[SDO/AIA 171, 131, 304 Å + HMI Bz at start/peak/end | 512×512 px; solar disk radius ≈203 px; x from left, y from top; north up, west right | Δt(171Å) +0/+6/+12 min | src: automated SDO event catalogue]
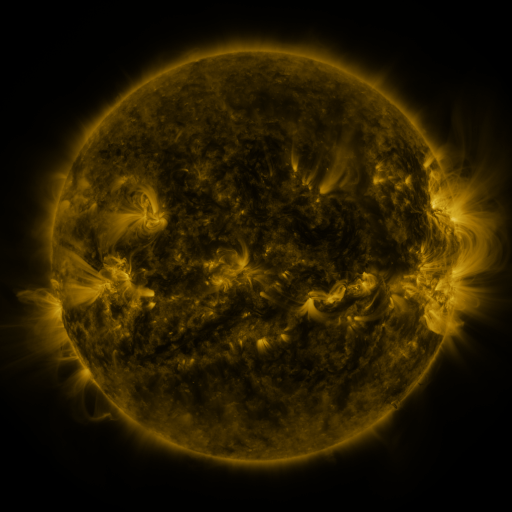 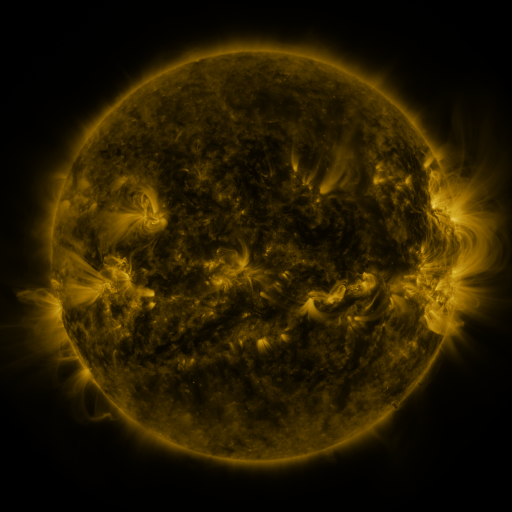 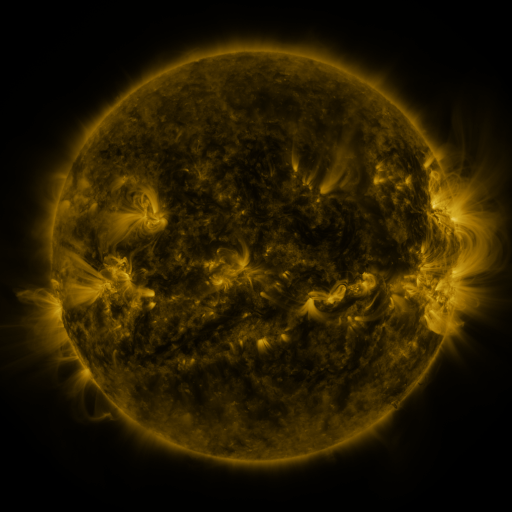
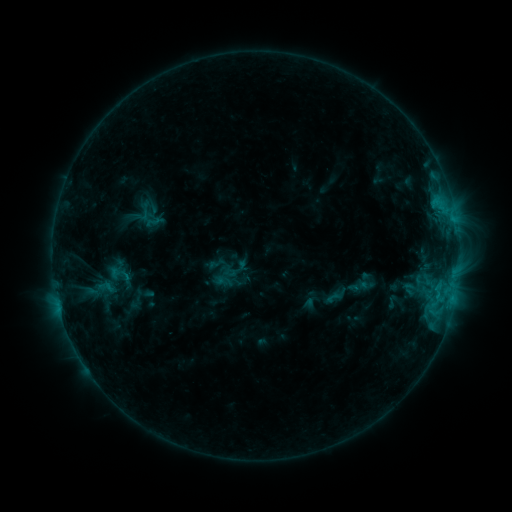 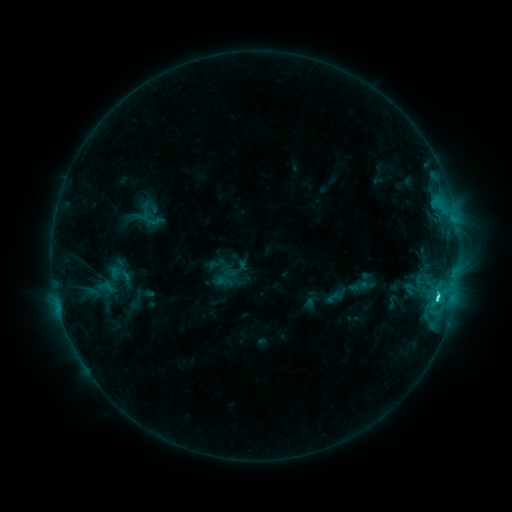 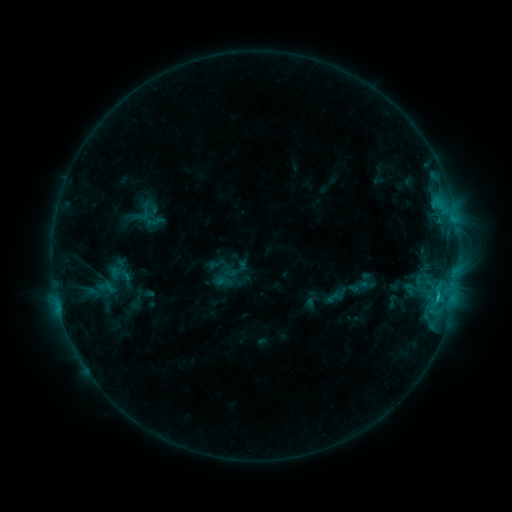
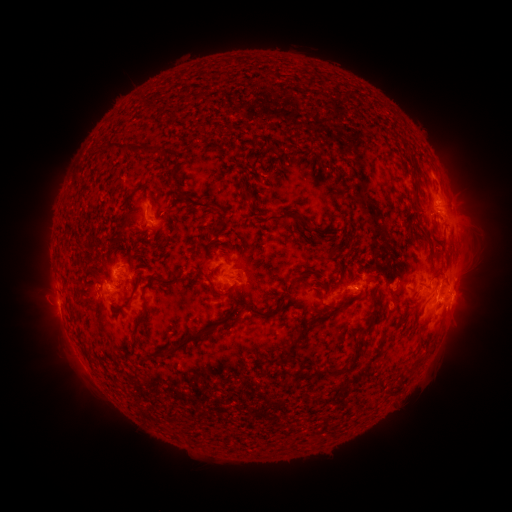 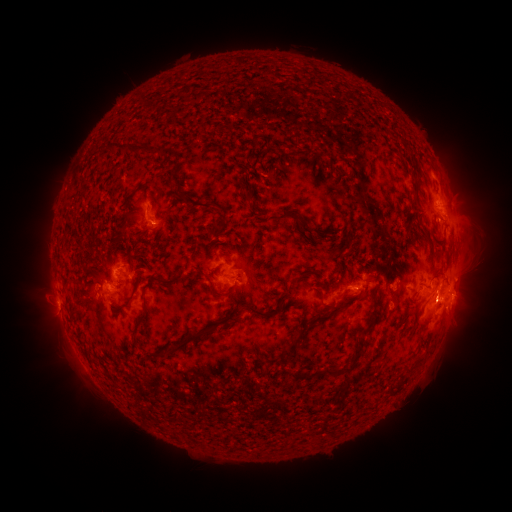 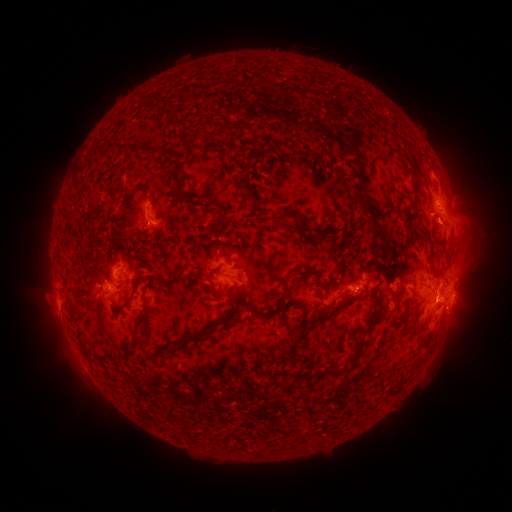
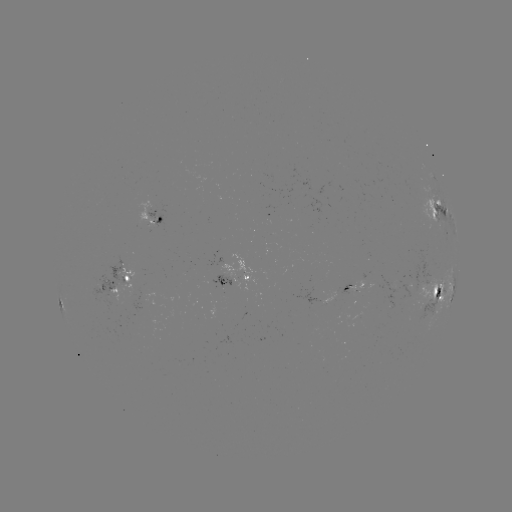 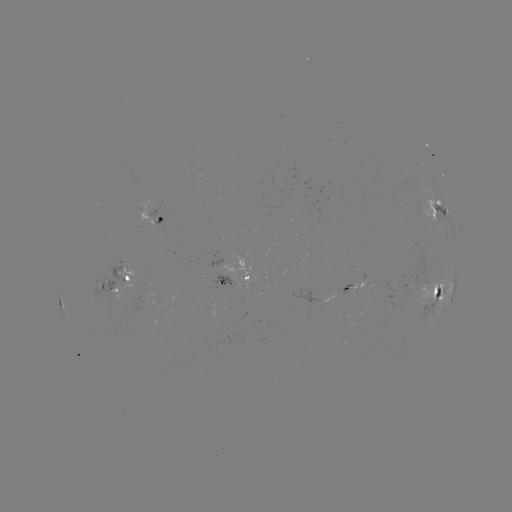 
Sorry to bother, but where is C3.2 flare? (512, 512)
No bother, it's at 436,295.